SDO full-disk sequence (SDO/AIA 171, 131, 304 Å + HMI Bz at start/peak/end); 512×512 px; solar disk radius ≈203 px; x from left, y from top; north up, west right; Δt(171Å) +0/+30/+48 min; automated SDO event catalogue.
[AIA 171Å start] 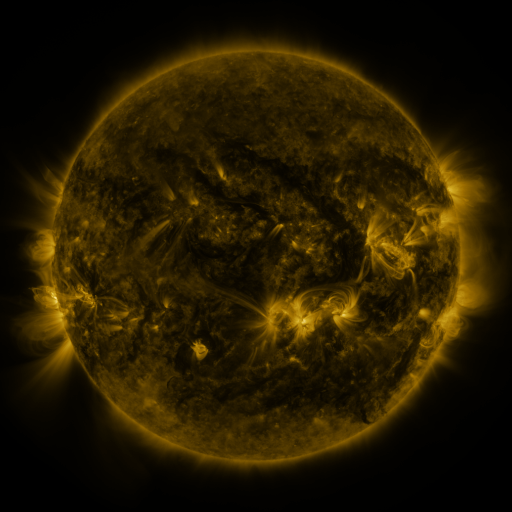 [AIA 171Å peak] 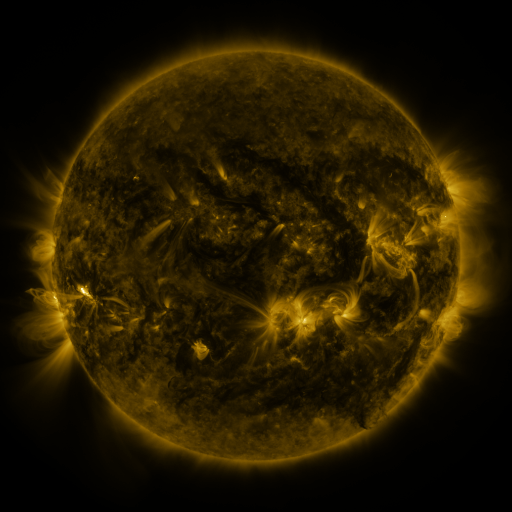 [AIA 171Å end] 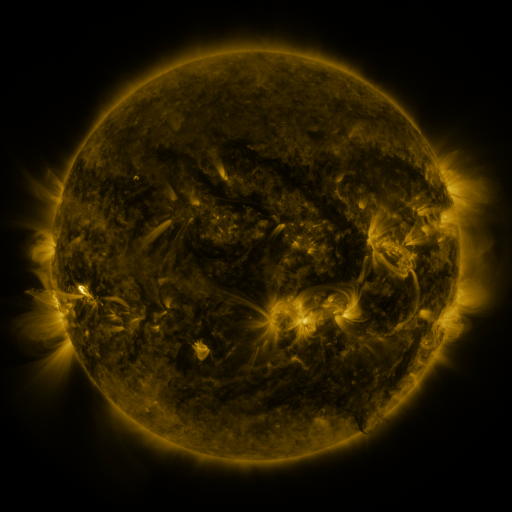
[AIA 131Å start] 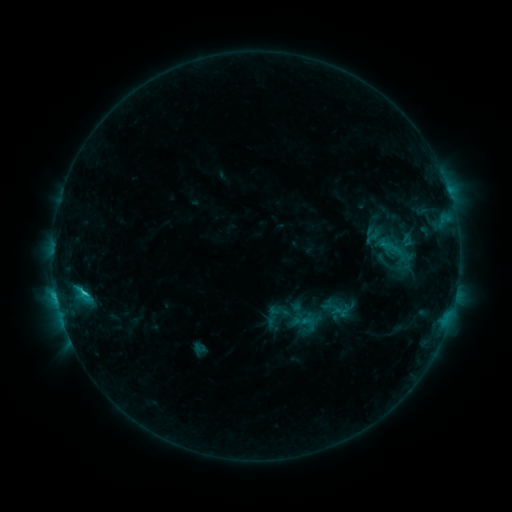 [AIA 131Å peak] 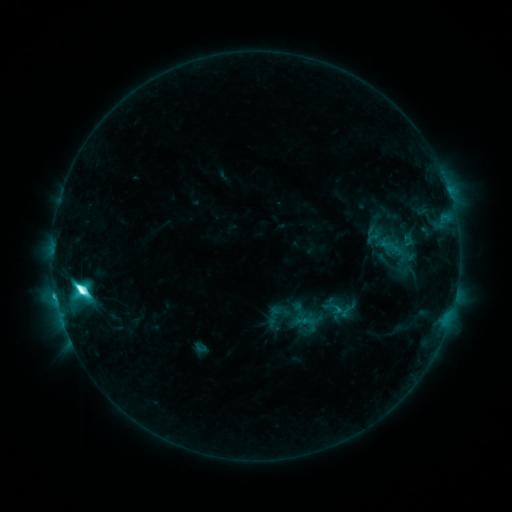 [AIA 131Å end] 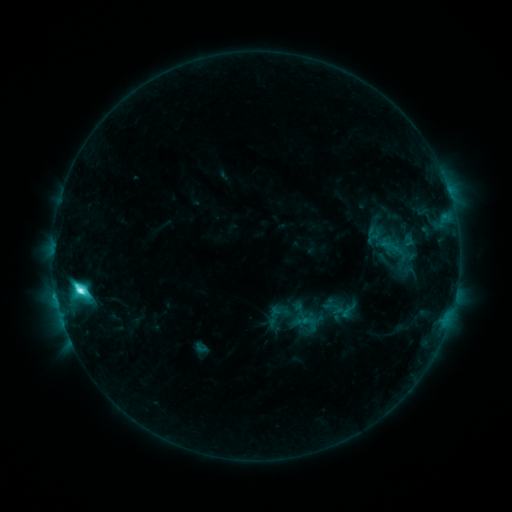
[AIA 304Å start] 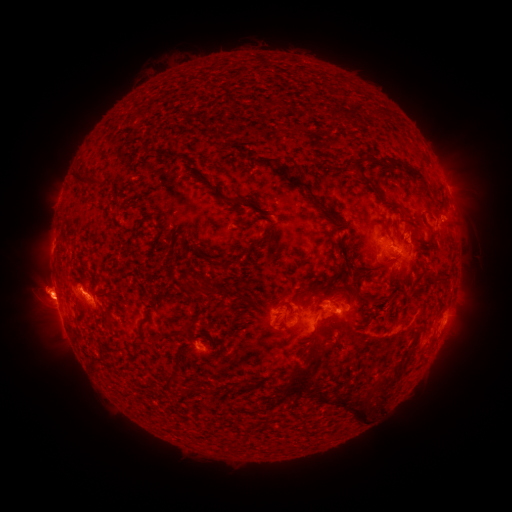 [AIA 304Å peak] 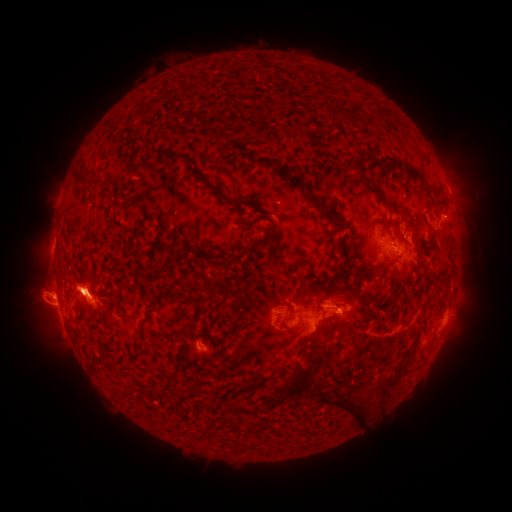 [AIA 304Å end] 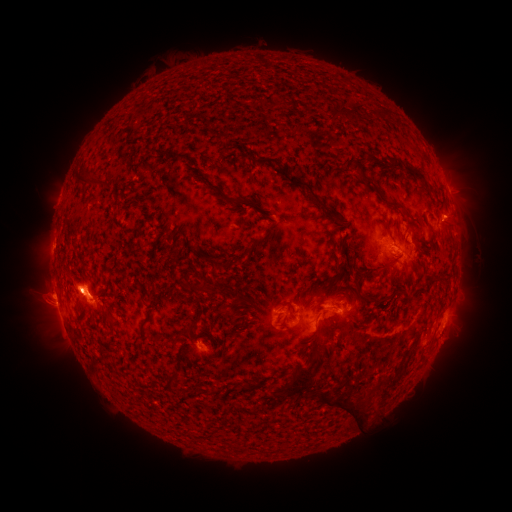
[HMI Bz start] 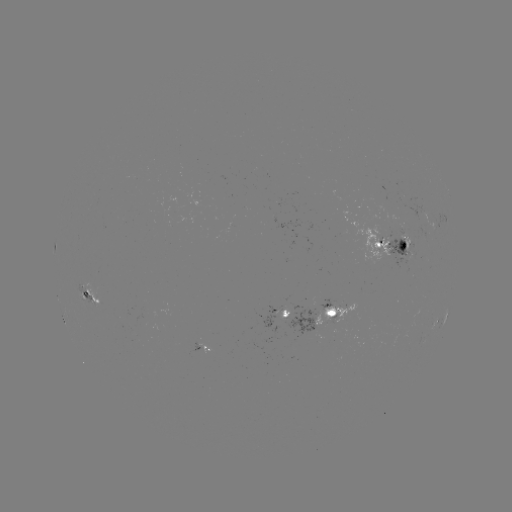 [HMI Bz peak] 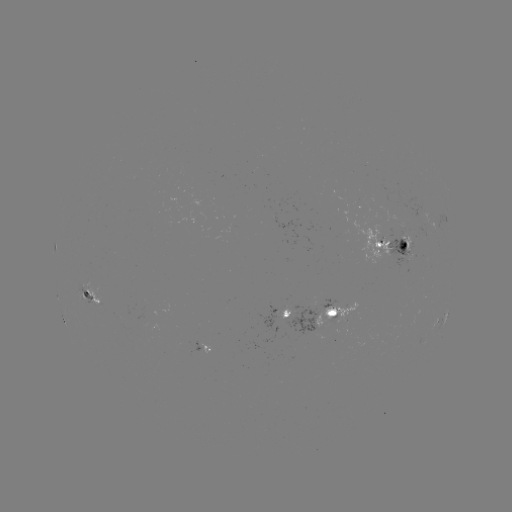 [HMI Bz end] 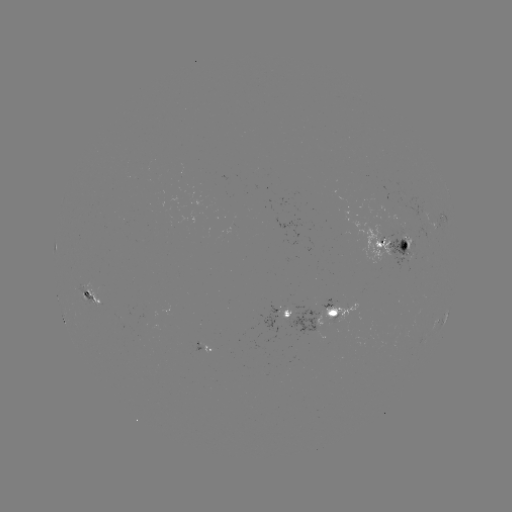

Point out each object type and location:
M1.8 flare: (82, 286)
